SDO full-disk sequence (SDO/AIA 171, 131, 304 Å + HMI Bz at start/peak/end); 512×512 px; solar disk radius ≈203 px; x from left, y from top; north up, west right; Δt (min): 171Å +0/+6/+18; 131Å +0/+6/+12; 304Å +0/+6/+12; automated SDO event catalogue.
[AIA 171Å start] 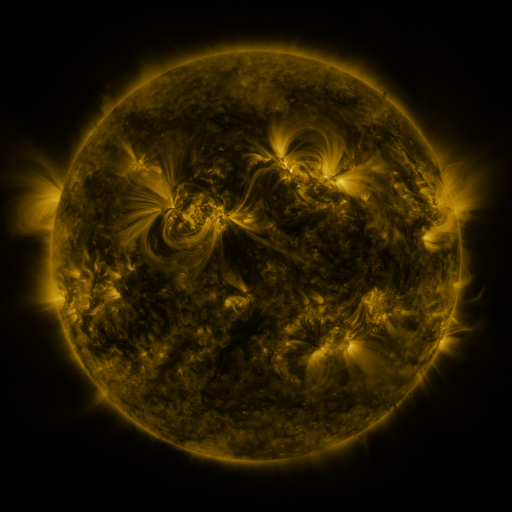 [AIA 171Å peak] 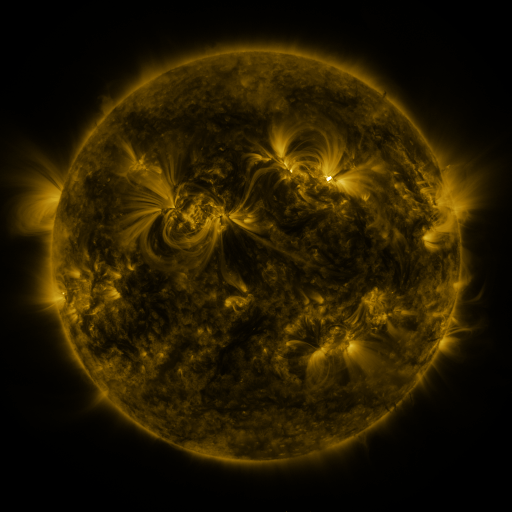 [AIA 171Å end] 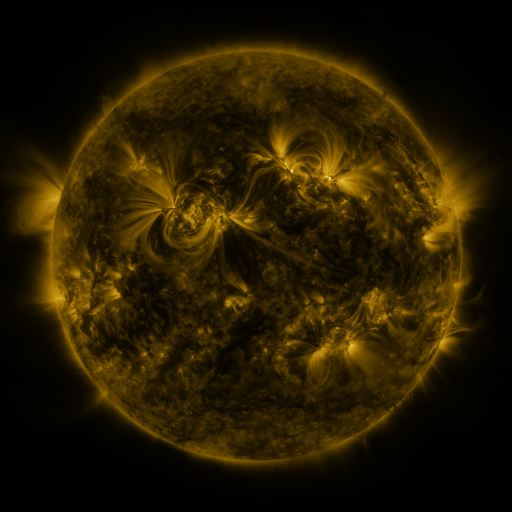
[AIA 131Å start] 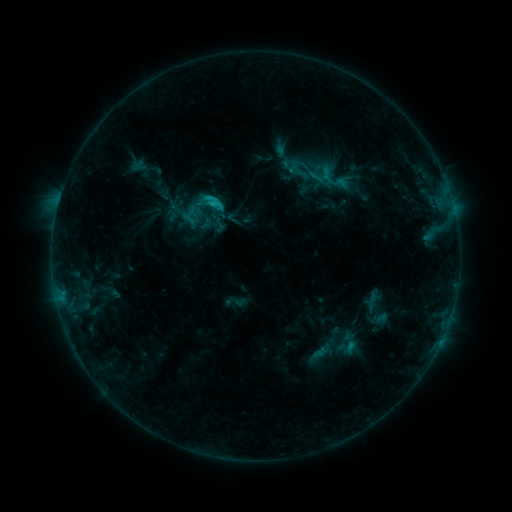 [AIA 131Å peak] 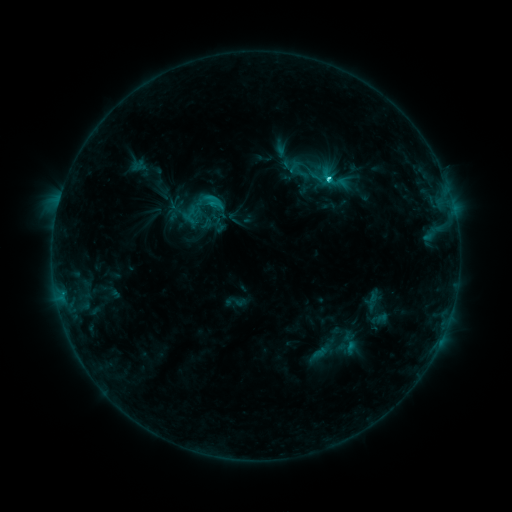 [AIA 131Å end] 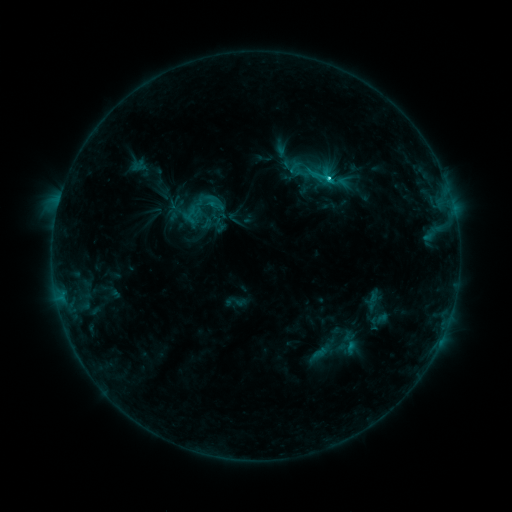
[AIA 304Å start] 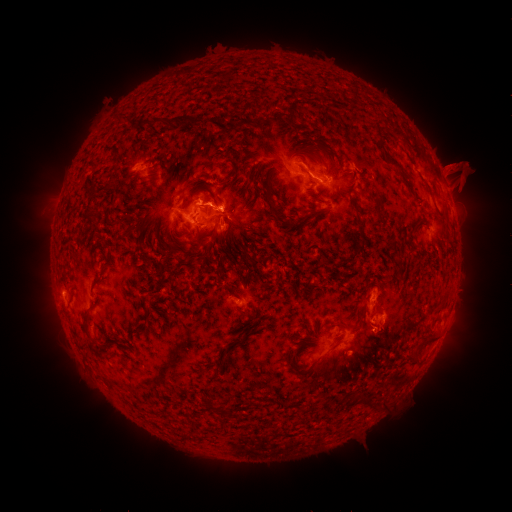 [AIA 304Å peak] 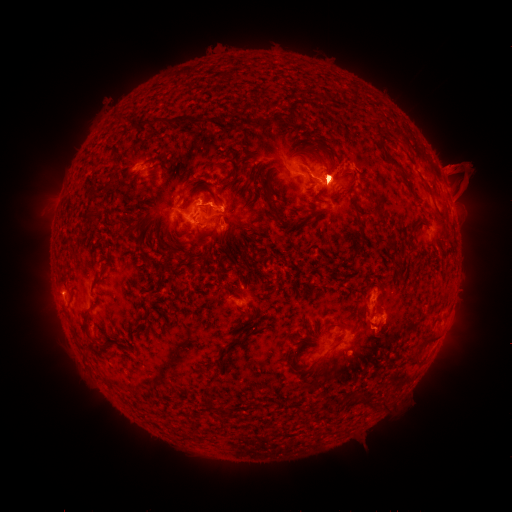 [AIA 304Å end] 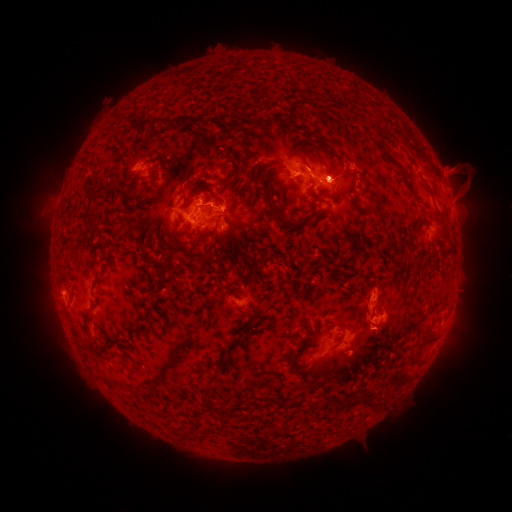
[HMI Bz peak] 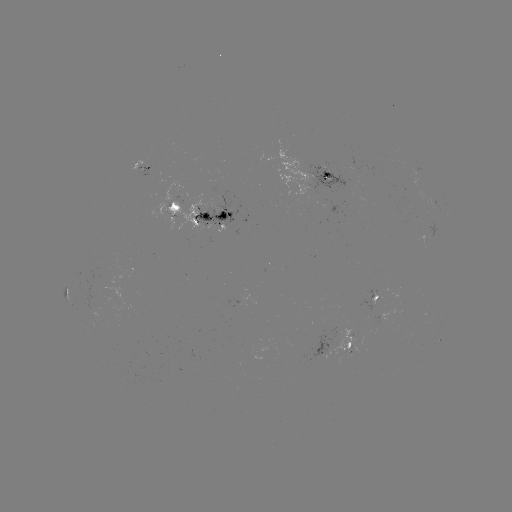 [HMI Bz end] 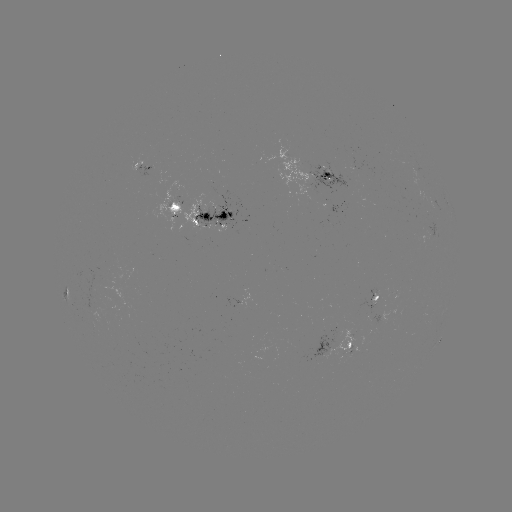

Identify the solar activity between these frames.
eruption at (321, 172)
